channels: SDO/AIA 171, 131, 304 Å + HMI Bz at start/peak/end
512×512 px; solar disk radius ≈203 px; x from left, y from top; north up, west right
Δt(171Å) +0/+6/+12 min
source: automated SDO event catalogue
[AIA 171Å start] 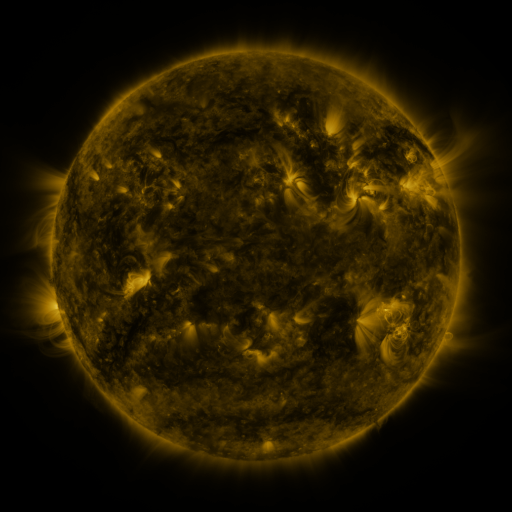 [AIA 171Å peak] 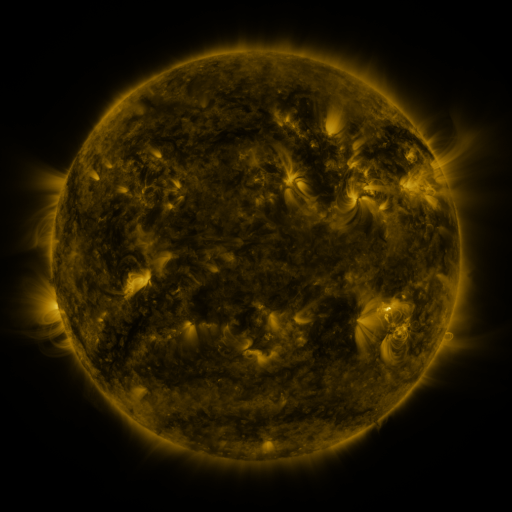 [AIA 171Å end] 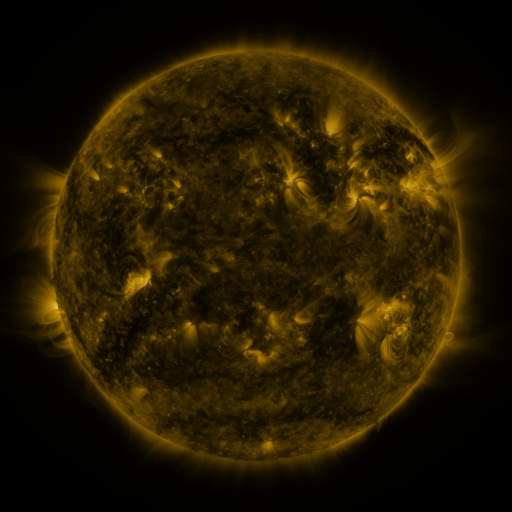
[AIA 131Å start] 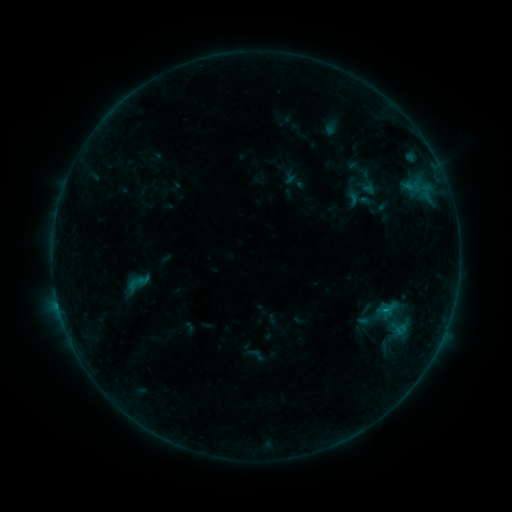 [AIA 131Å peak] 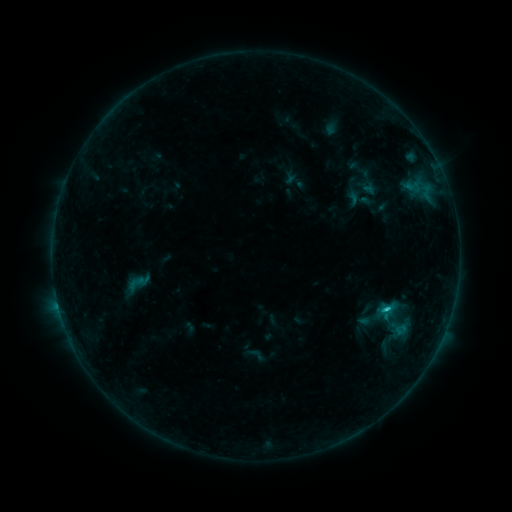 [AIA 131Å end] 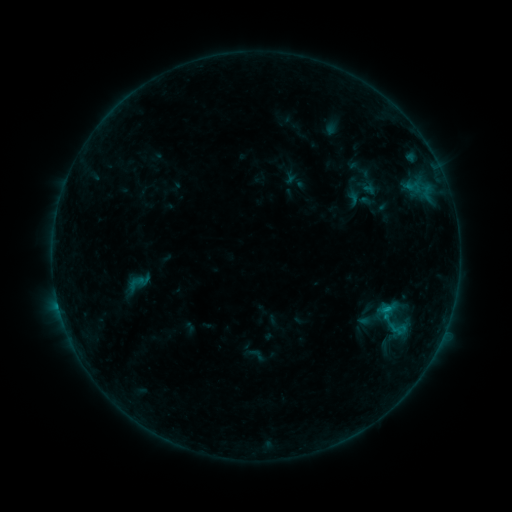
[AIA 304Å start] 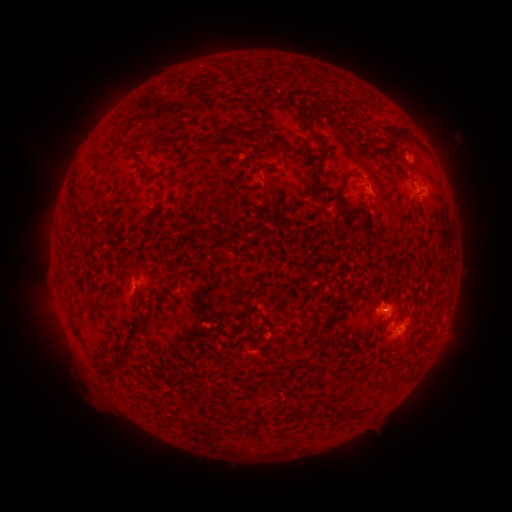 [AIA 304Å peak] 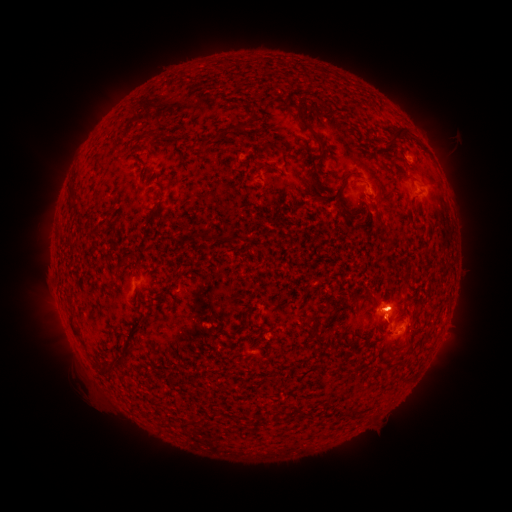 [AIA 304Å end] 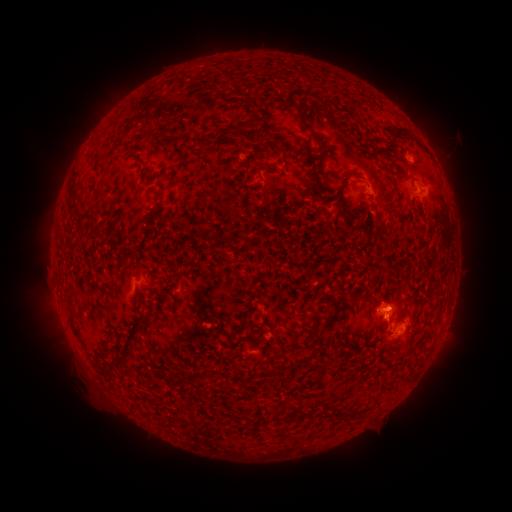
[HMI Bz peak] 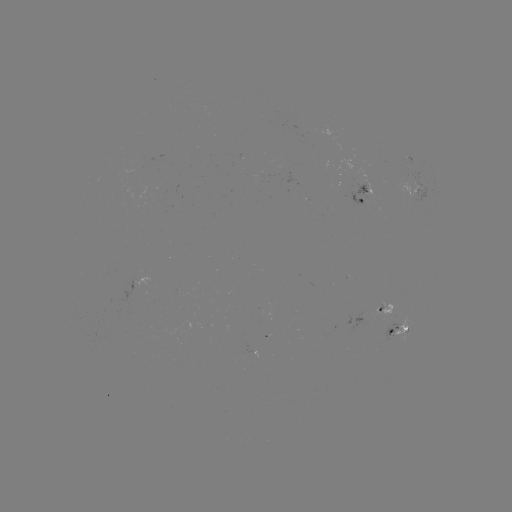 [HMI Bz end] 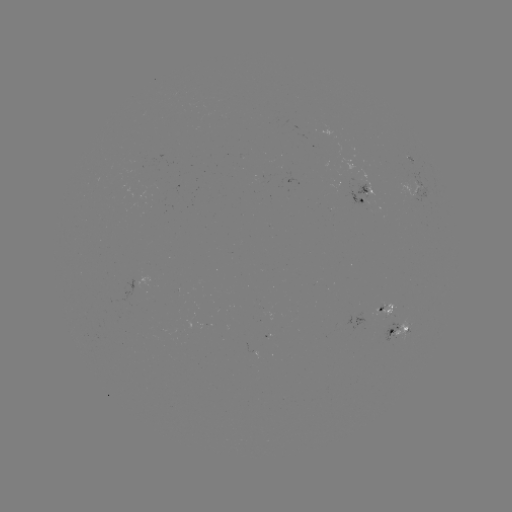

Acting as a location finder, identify B9.8 flare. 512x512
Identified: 386,307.